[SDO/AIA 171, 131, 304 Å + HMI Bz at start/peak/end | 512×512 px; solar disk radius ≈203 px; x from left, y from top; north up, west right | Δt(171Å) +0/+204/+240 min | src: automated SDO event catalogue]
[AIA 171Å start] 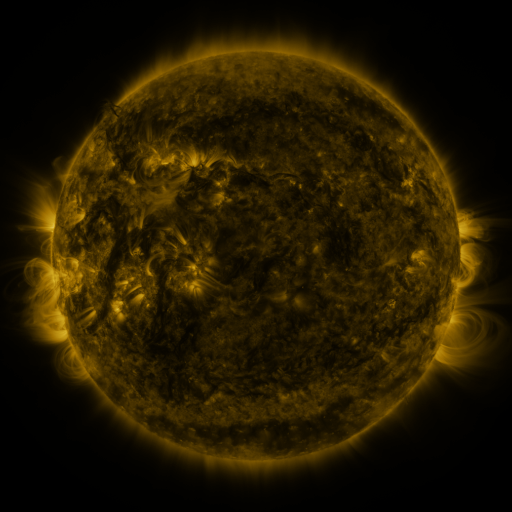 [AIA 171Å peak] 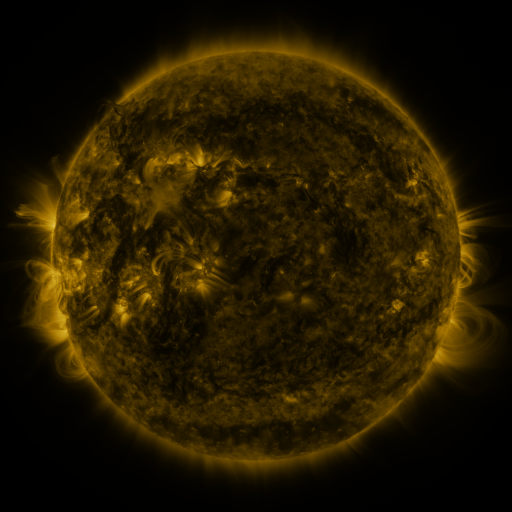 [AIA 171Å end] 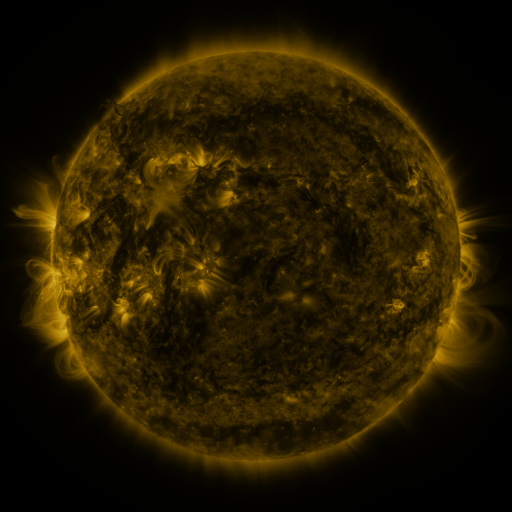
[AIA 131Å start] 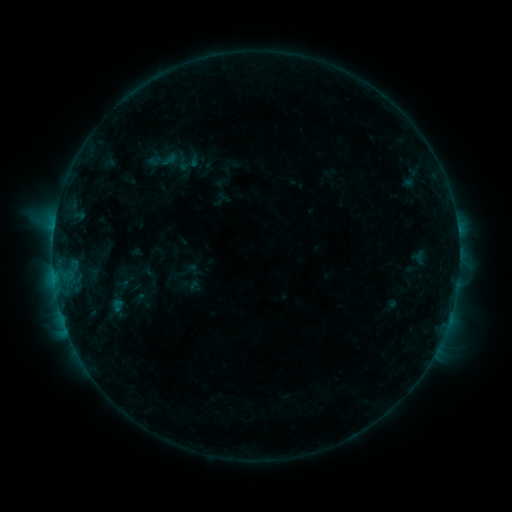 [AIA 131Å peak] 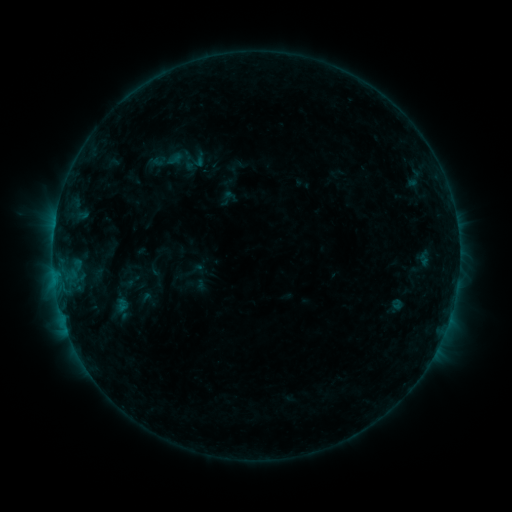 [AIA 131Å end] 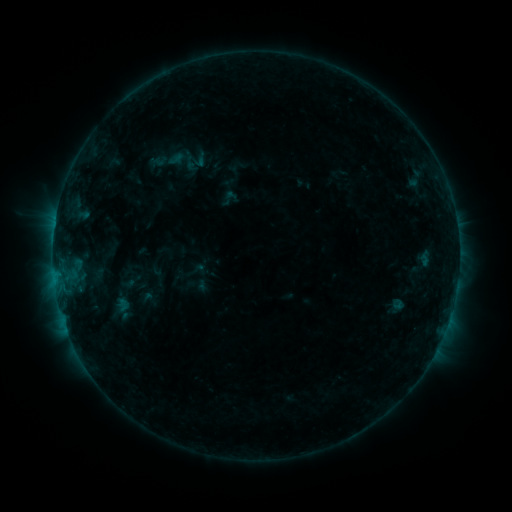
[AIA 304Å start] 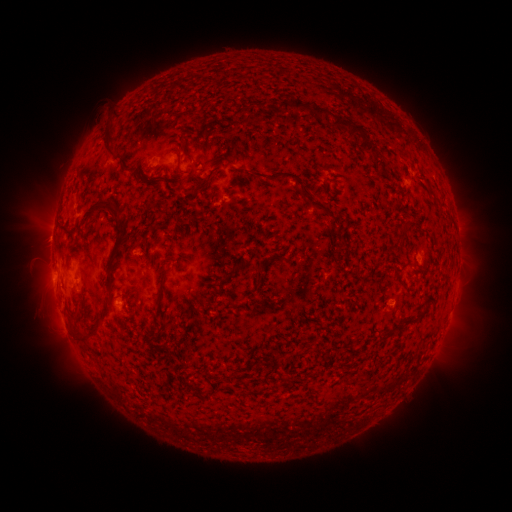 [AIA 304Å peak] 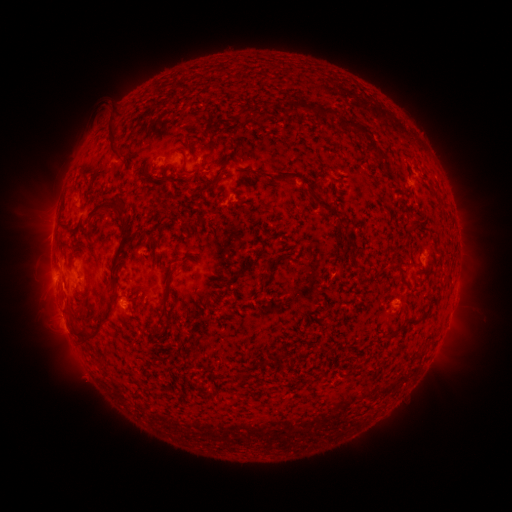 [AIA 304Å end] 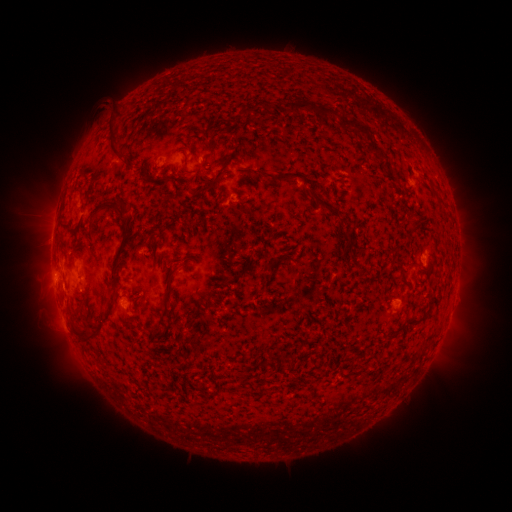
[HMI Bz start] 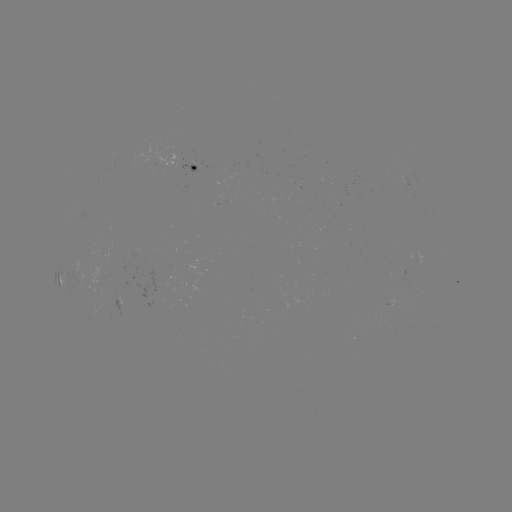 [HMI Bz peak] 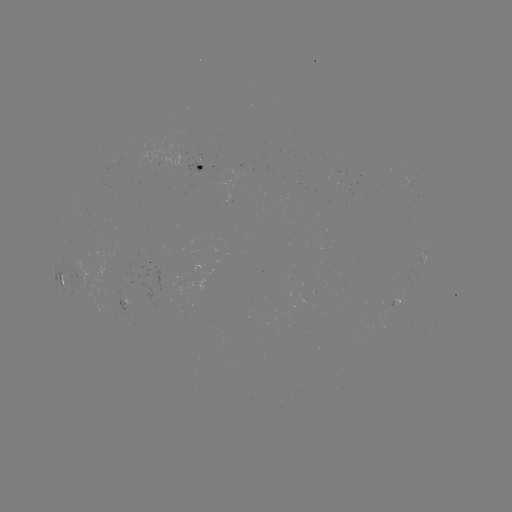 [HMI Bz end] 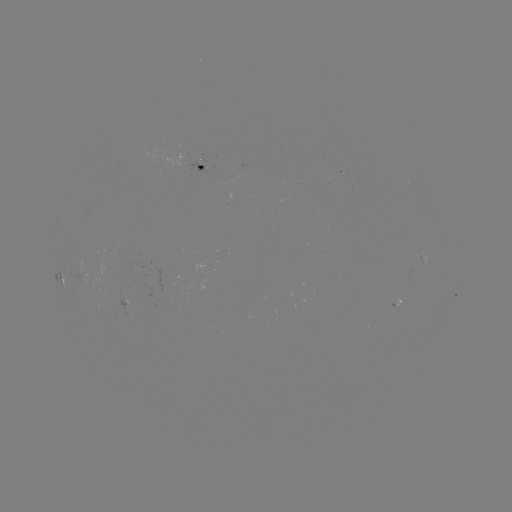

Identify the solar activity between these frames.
emerging-flux region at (231, 193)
